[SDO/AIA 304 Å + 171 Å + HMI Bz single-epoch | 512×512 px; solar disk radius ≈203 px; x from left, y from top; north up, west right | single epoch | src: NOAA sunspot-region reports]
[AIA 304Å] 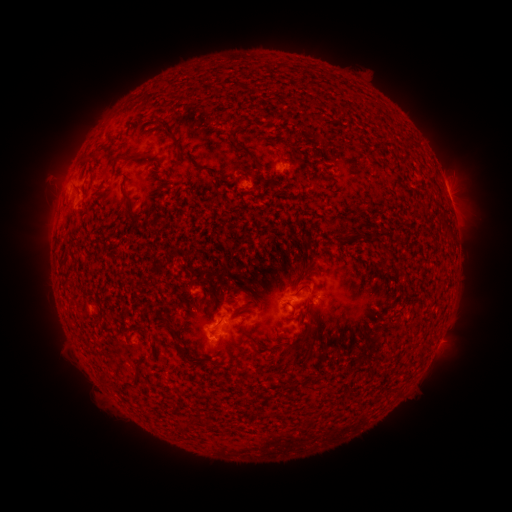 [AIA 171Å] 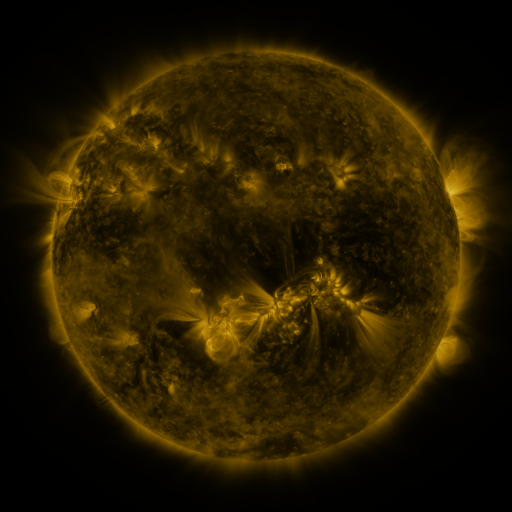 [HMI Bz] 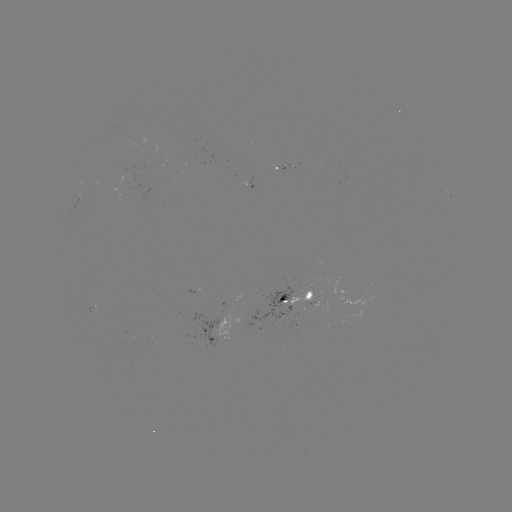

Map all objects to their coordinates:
spotted active region: (450, 198)
spotted active region: (296, 296)
spotted active region: (220, 330)
